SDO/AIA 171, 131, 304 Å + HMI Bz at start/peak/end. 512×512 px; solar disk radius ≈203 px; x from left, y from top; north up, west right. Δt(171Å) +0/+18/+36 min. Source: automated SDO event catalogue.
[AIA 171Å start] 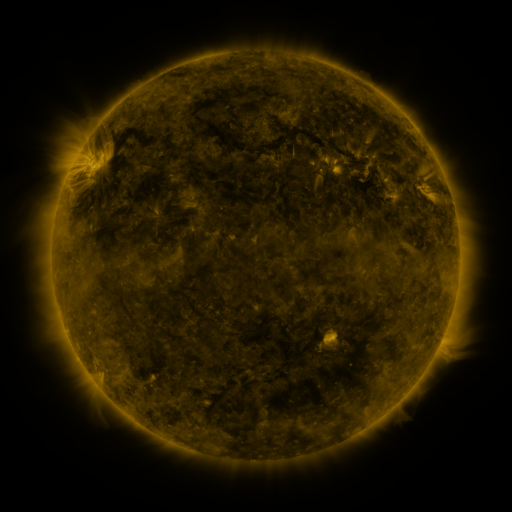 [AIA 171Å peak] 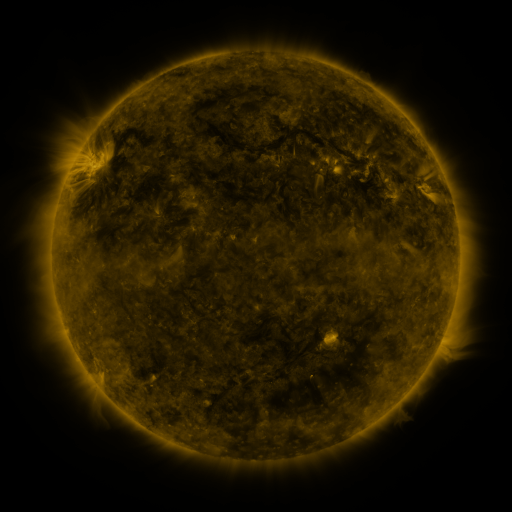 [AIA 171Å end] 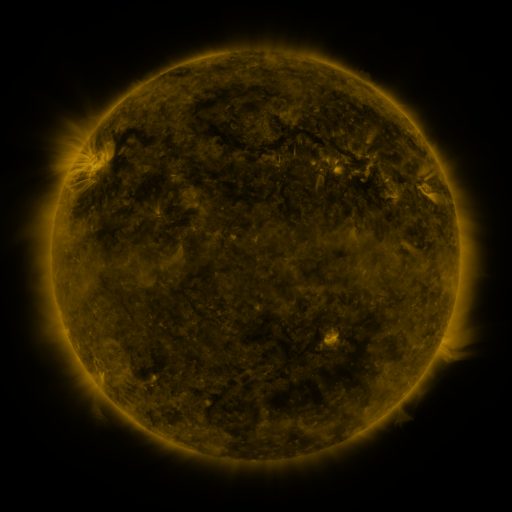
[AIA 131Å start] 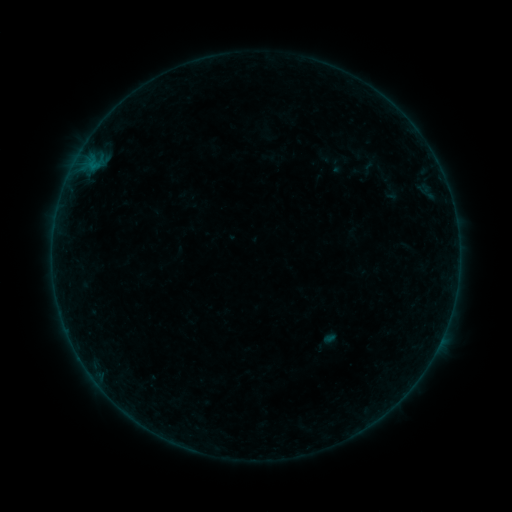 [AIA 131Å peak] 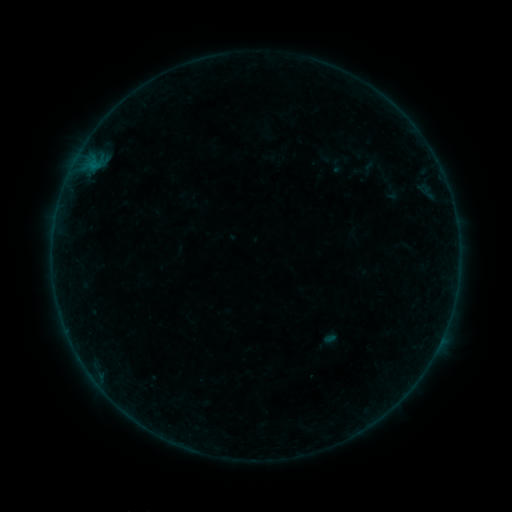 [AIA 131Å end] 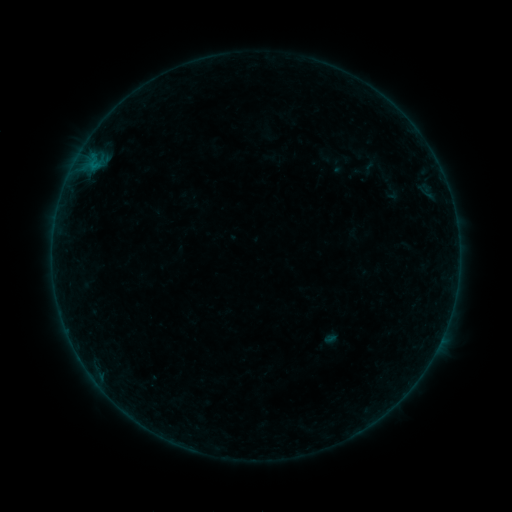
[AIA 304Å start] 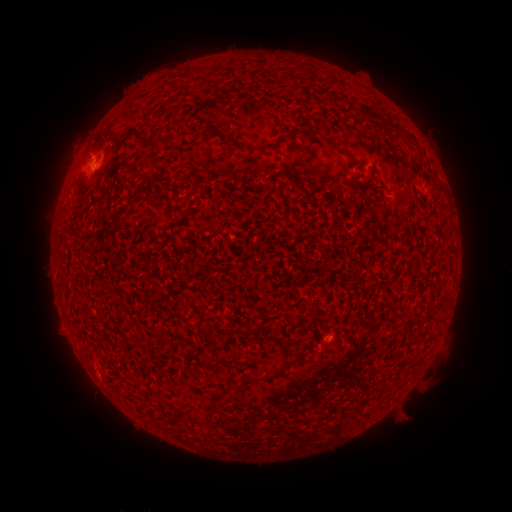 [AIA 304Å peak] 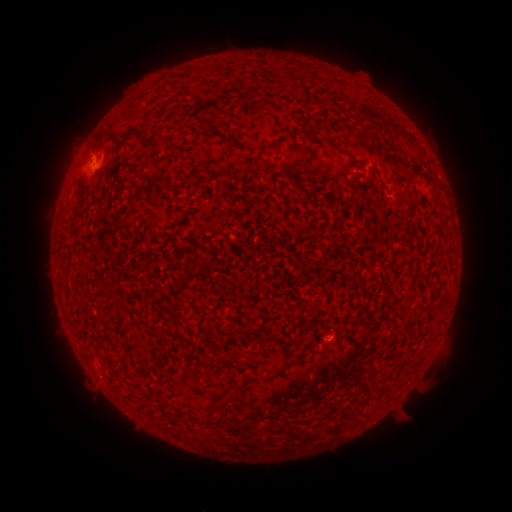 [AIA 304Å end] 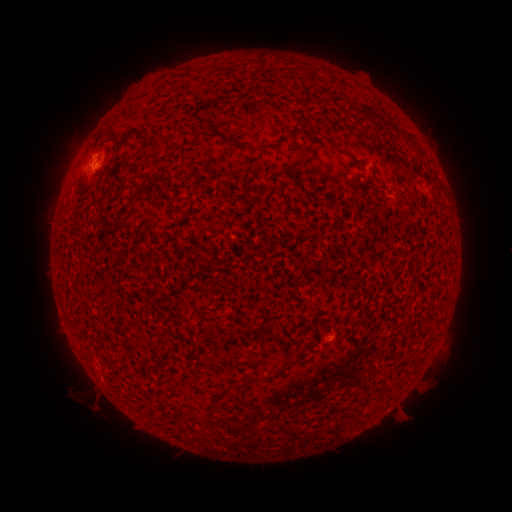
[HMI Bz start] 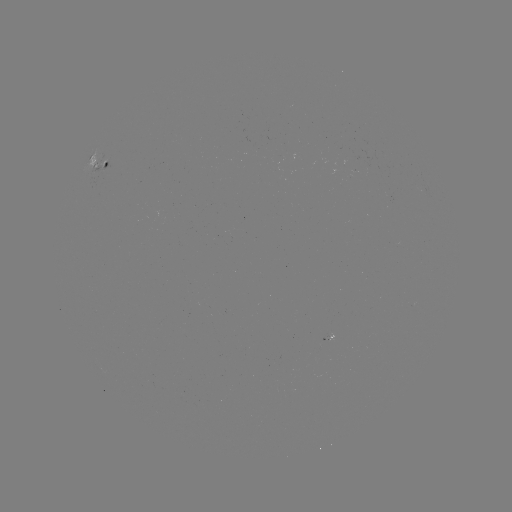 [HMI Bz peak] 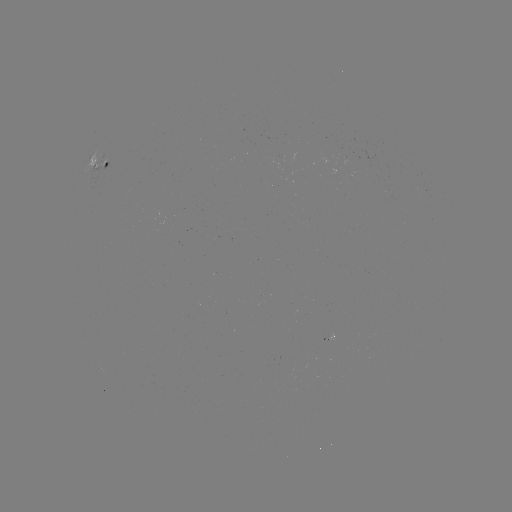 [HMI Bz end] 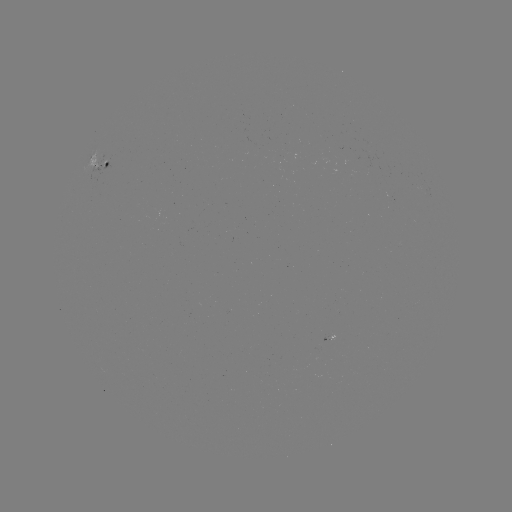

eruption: [59, 357, 120, 423]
